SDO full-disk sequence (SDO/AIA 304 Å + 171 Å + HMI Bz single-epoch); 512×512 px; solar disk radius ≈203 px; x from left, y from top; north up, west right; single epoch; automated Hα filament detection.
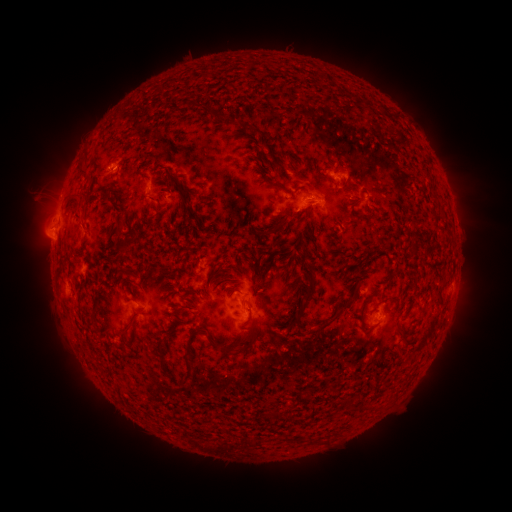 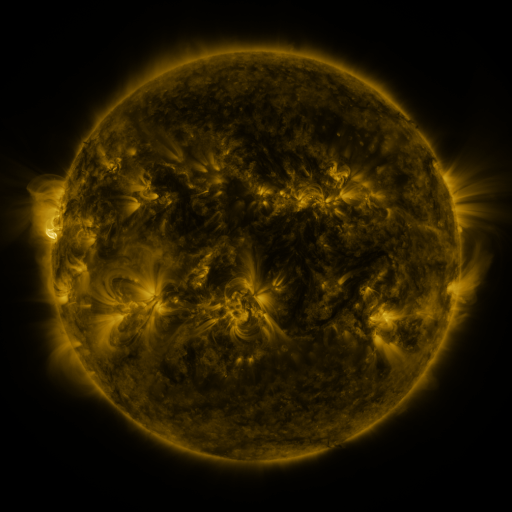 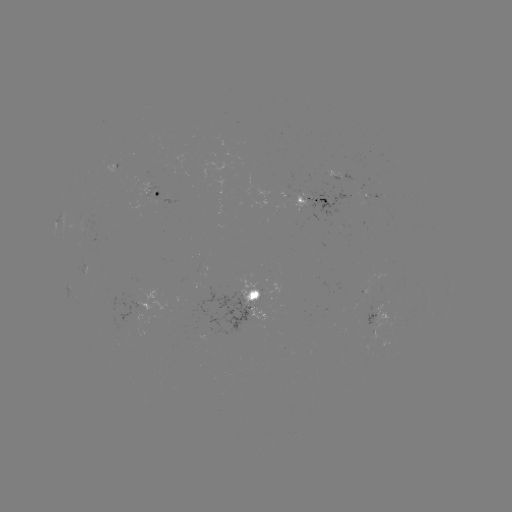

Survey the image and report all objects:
filament: <bbox>359, 96, 368, 108</bbox>
filament: <bbox>202, 107, 211, 117</bbox>
filament: <bbox>245, 126, 258, 137</bbox>
filament: <bbox>166, 151, 175, 161</bbox>
filament: <bbox>76, 162, 87, 180</bbox>
filament: <bbox>161, 170, 198, 223</bbox>
filament: <bbox>102, 198, 120, 215</bbox>
filament: <bbox>62, 199, 82, 224</bbox>
filament: <bbox>280, 218, 289, 226</bbox>
filament: <bbox>112, 219, 126, 239</bbox>
filament: <bbox>256, 226, 275, 236</bbox>
filament: <bbox>117, 247, 125, 260</bbox>
filament: <bbox>58, 257, 67, 267</bbox>
filament: <bbox>158, 266, 169, 272</bbox>
filament: <bbox>296, 269, 316, 321</bbox>
filament: <bbox>218, 274, 229, 281</bbox>
filament: <bbox>359, 292, 373, 333</bbox>
filament: <bbox>319, 294, 356, 329</bbox>
filament: <bbox>240, 302, 254, 329</bbox>
filament: <bbox>180, 305, 192, 311</bbox>
filament: <bbox>86, 306, 99, 331</bbox>
filament: <bbox>121, 320, 137, 339</bbox>
filament: <bbox>397, 326, 407, 340</bbox>
filament: <bbox>156, 331, 174, 376</bbox>
filament: <bbox>208, 333, 256, 356</bbox>
filament: <bbox>184, 346, 196, 382</bbox>
filament: <bbox>310, 434, 317, 444</bbox>
